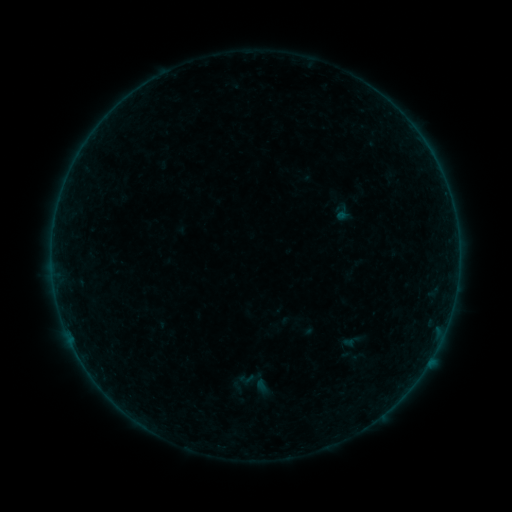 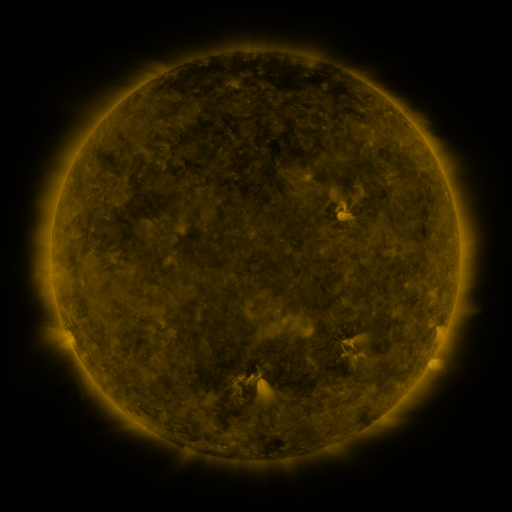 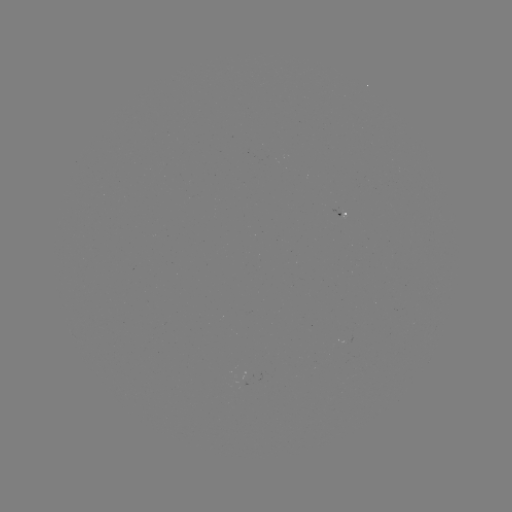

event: sigmoid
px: (247, 379)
